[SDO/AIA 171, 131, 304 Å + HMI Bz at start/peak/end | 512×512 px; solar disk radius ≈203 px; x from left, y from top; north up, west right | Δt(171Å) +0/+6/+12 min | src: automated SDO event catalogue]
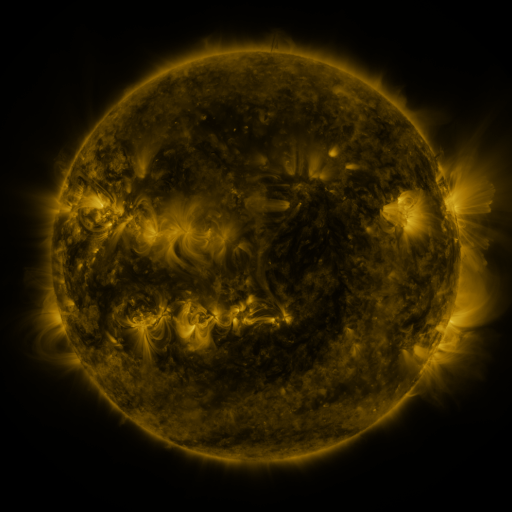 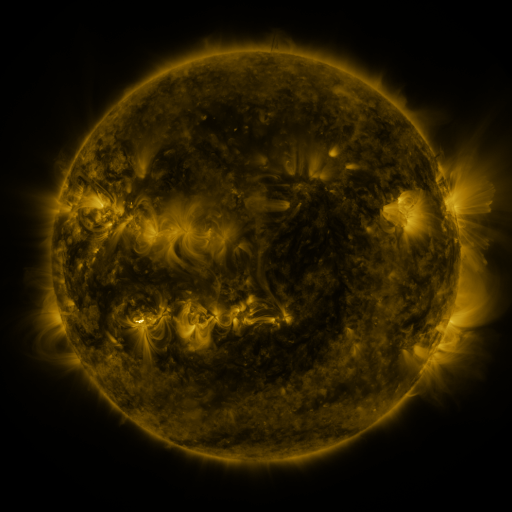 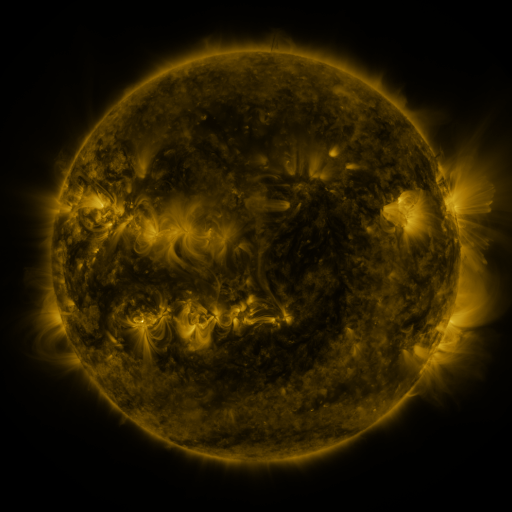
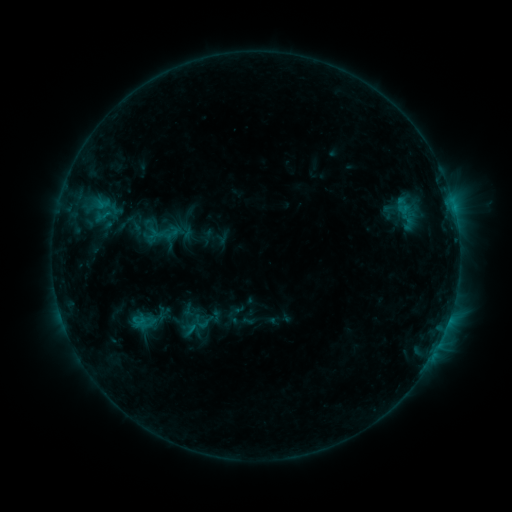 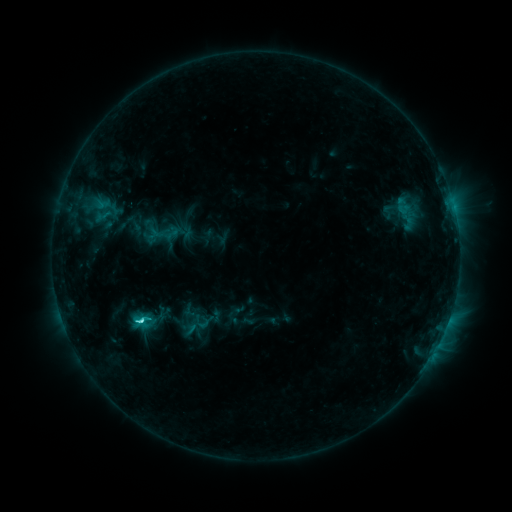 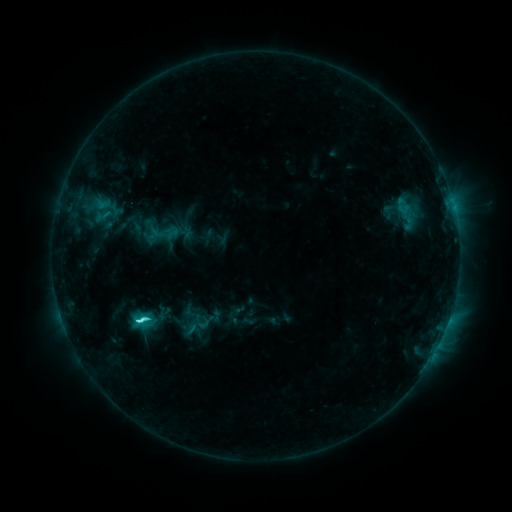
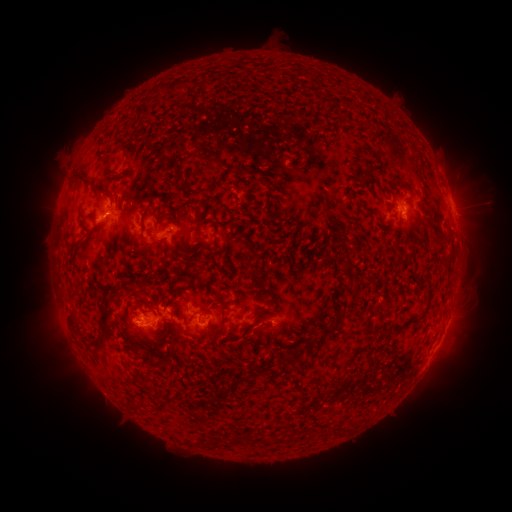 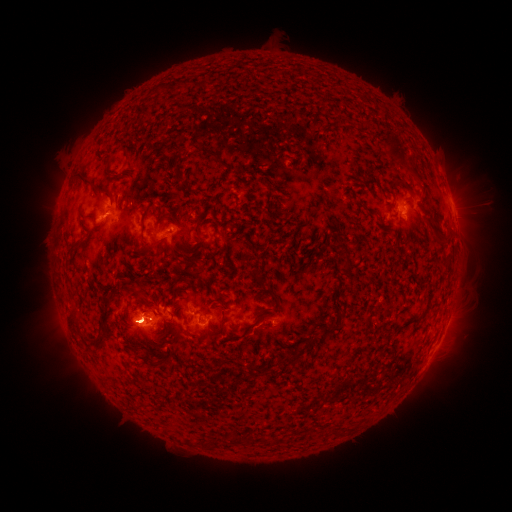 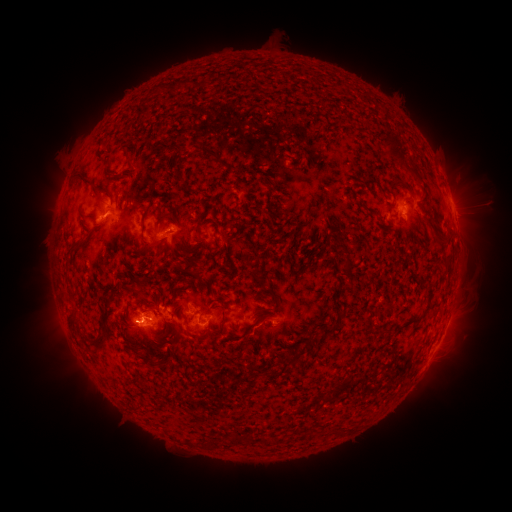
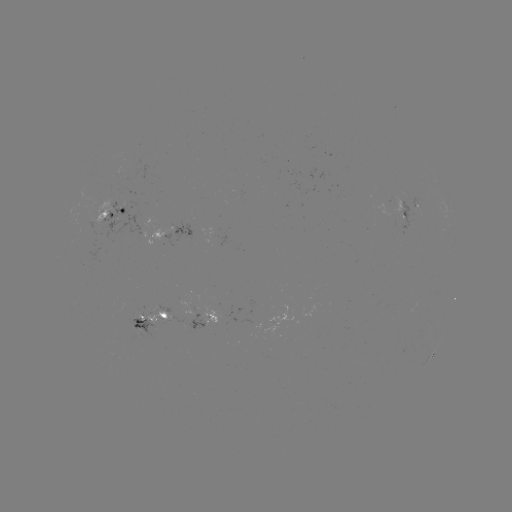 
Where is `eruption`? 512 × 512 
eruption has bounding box [105, 281, 227, 362].